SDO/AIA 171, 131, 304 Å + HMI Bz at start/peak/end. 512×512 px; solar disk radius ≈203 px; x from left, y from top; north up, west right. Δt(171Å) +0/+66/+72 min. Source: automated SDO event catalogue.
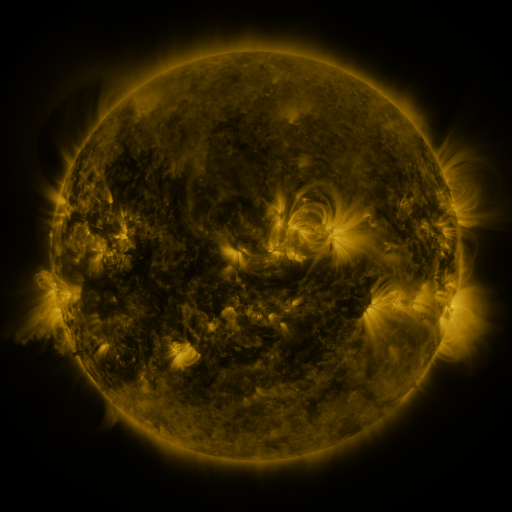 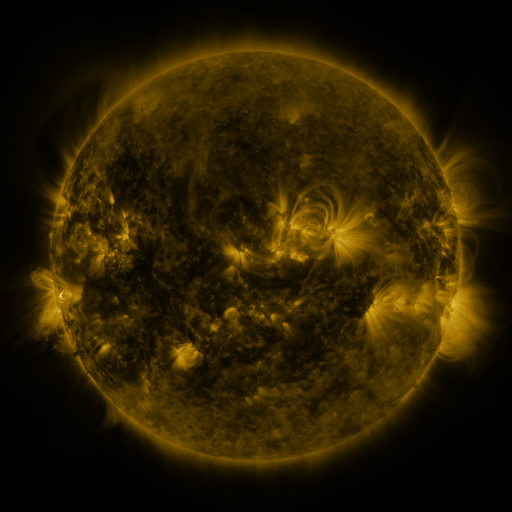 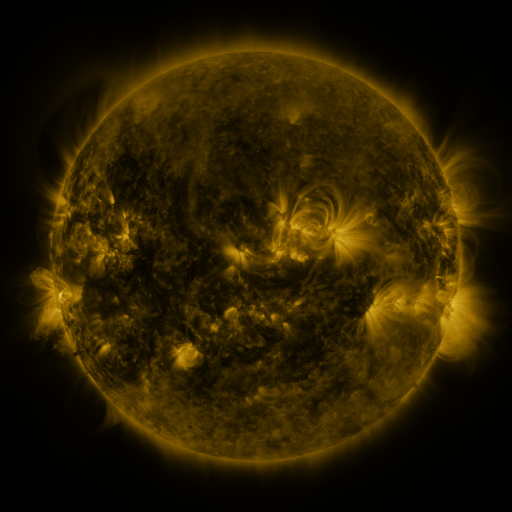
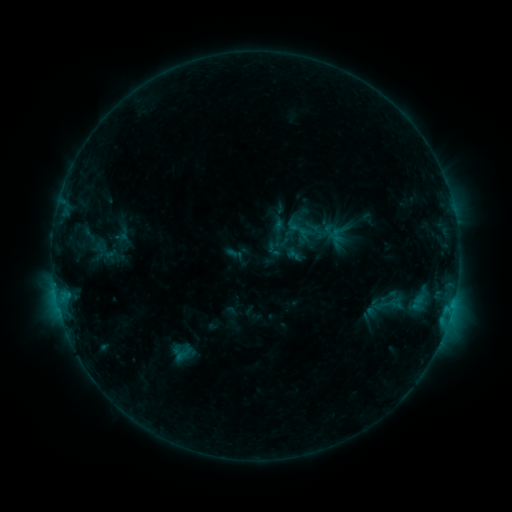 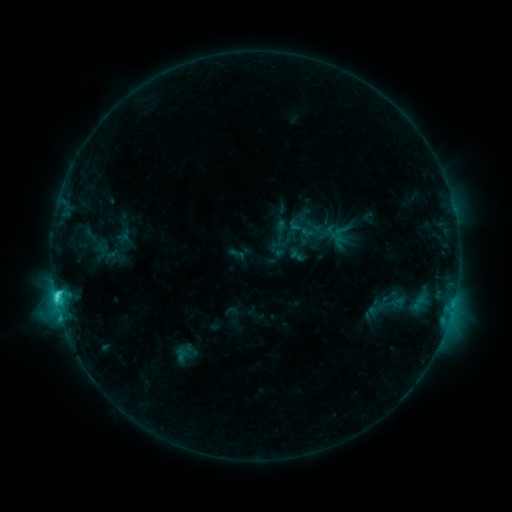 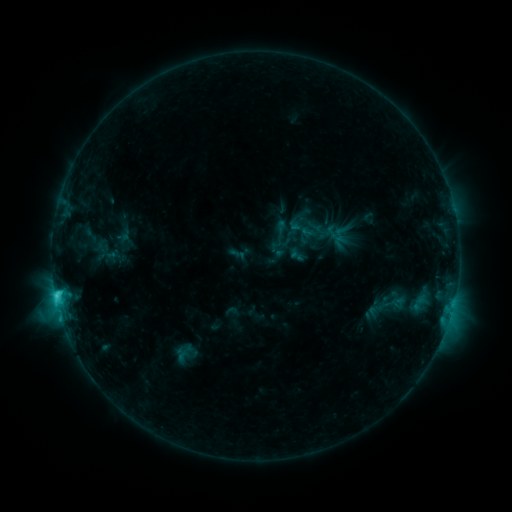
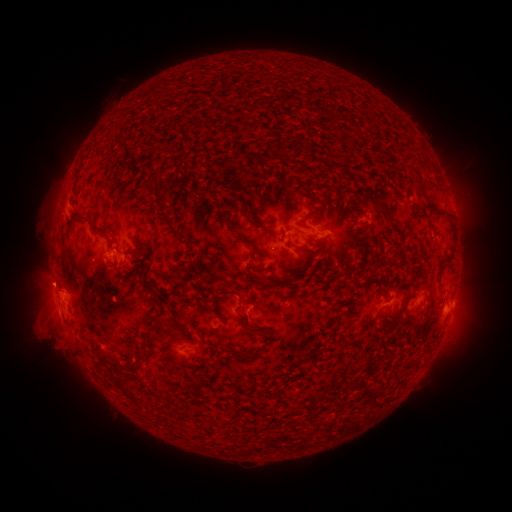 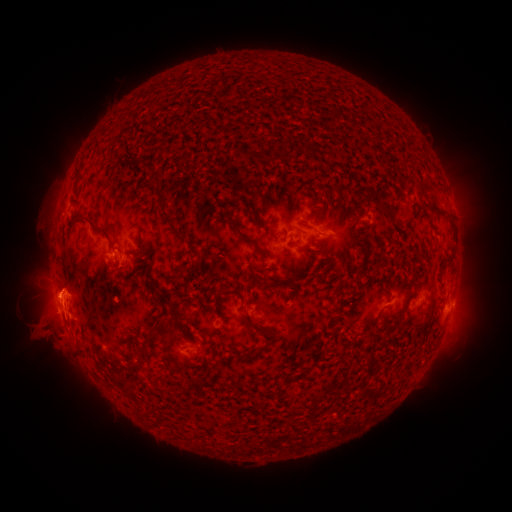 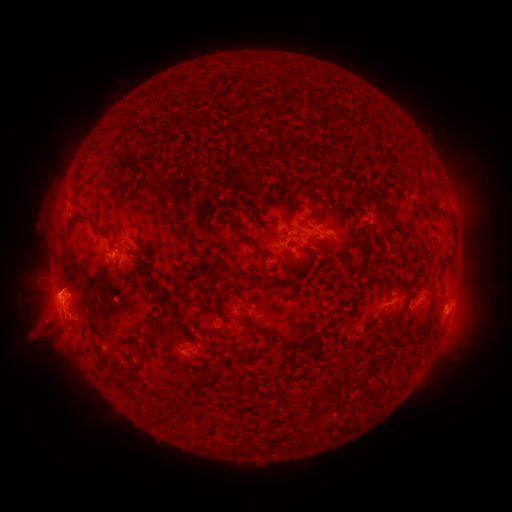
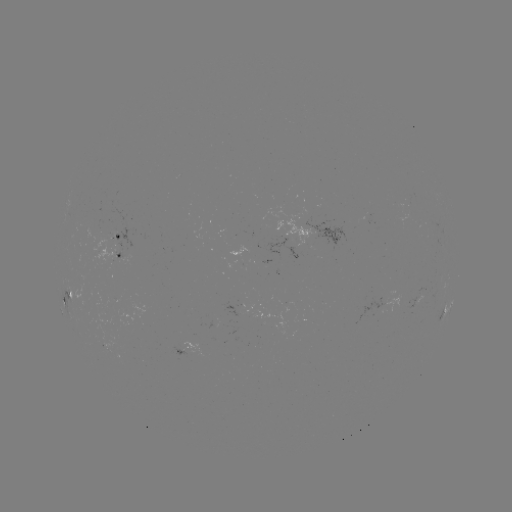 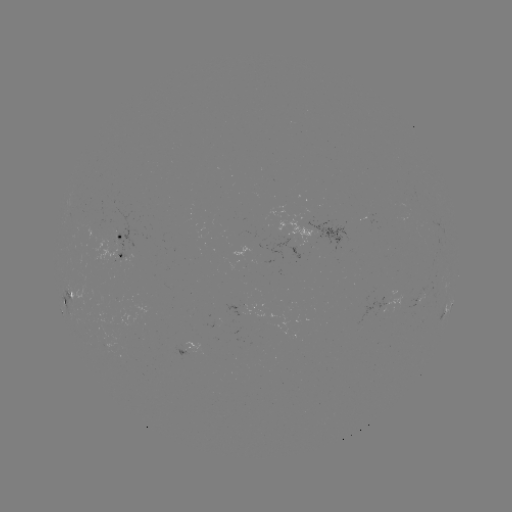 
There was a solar flare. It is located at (56, 293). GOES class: C3.3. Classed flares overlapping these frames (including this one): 1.